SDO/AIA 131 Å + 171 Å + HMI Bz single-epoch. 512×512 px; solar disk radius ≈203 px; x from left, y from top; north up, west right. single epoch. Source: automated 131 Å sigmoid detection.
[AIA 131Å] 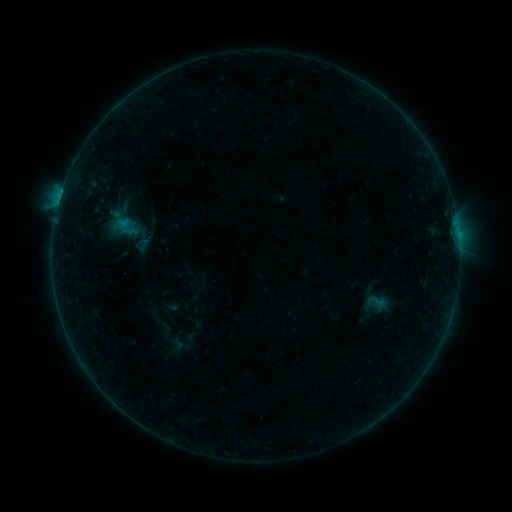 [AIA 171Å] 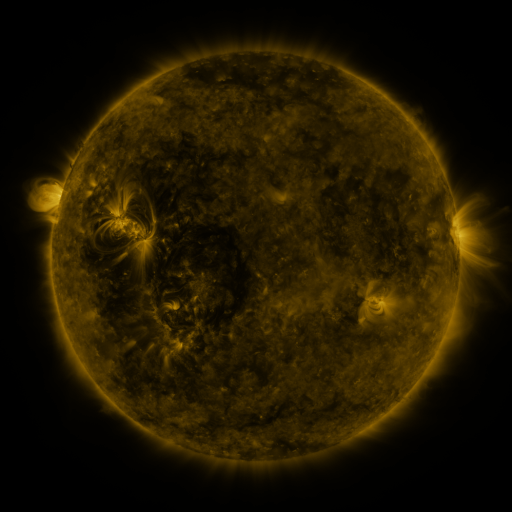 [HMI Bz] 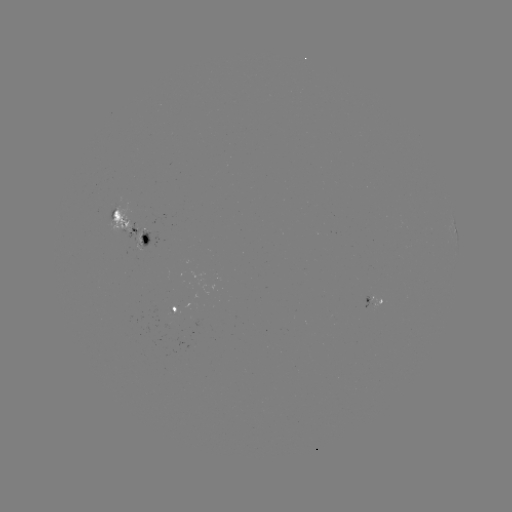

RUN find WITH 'sigmoid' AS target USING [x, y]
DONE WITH [378, 301] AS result